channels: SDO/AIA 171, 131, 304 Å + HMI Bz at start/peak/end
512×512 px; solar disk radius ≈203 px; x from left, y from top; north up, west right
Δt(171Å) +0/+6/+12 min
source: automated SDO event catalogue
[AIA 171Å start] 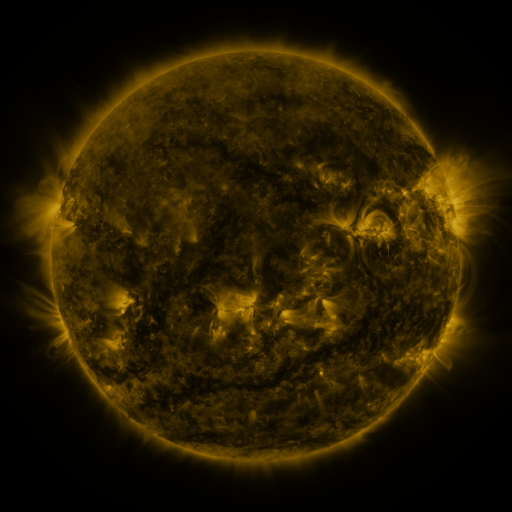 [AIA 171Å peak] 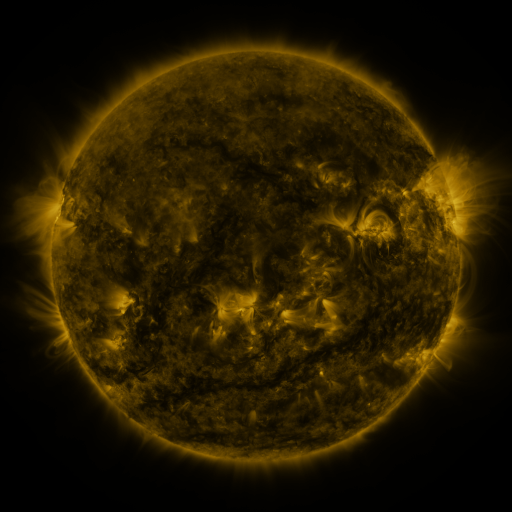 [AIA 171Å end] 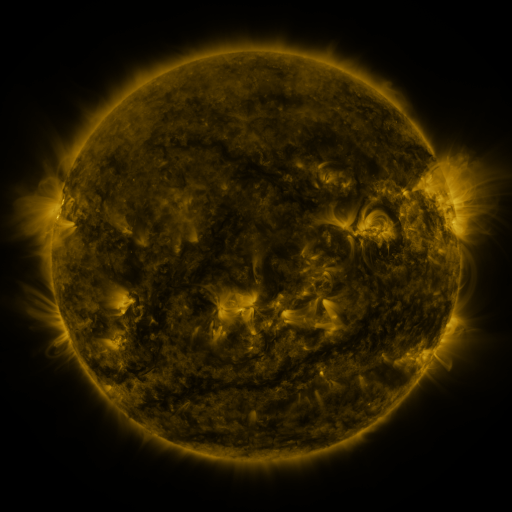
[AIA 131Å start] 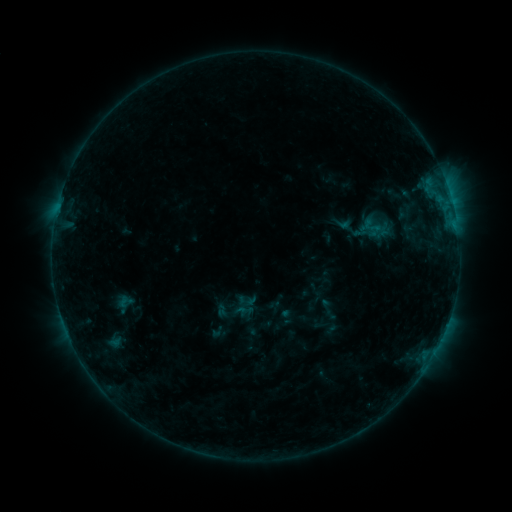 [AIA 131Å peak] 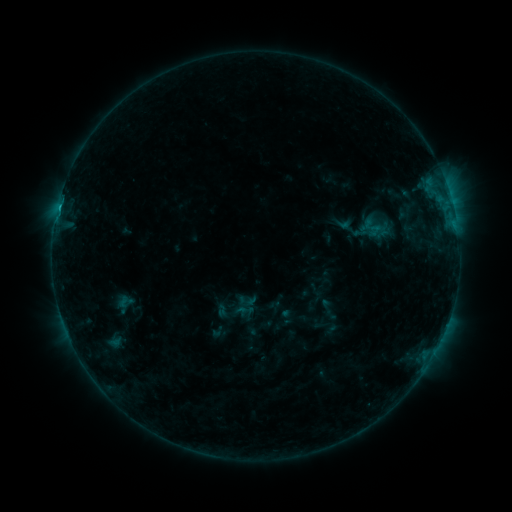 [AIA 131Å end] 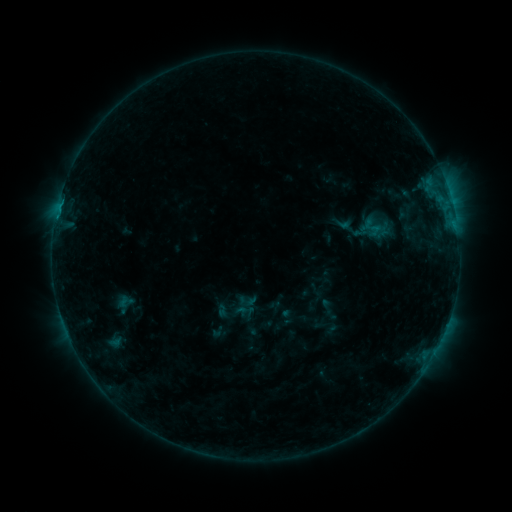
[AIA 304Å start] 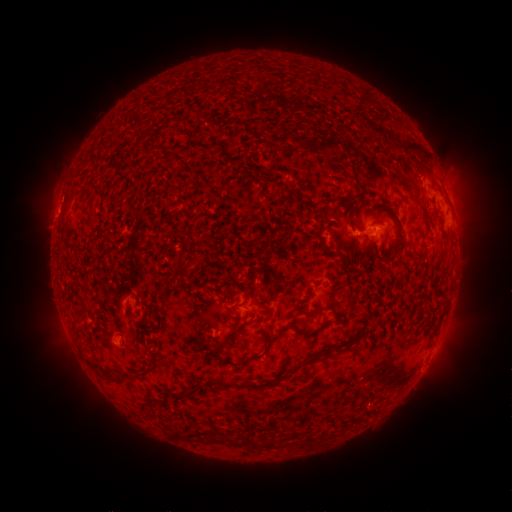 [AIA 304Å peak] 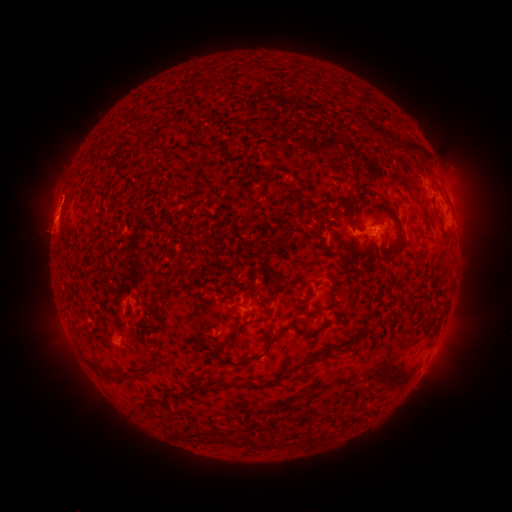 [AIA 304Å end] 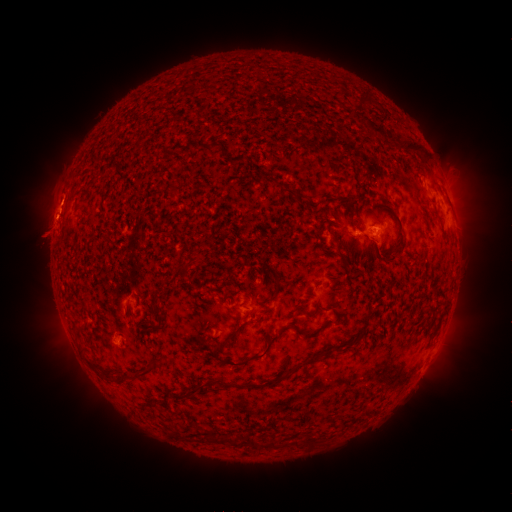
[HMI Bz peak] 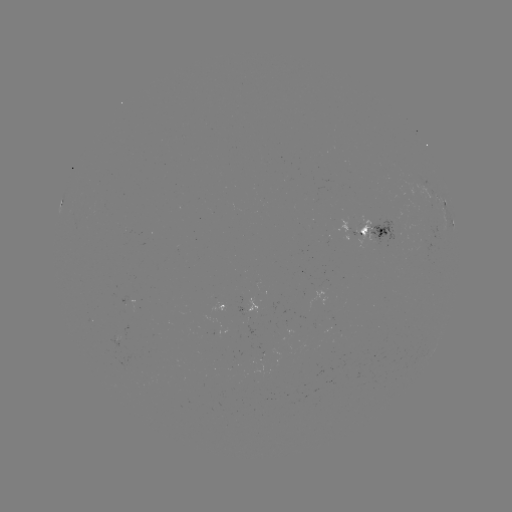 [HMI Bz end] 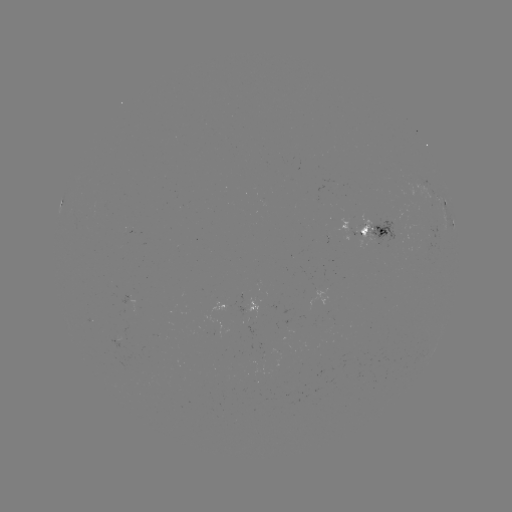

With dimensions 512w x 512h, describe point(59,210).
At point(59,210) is B4.5 flare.